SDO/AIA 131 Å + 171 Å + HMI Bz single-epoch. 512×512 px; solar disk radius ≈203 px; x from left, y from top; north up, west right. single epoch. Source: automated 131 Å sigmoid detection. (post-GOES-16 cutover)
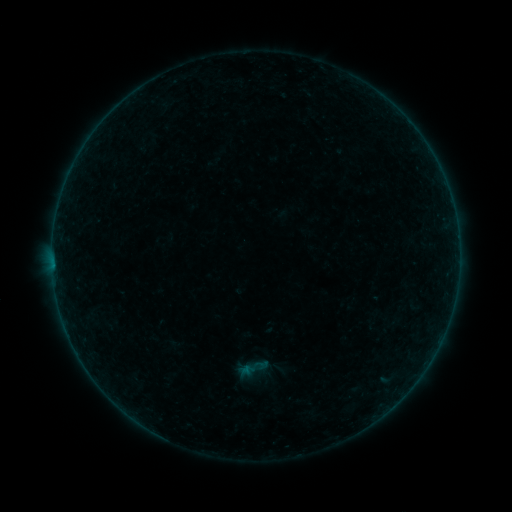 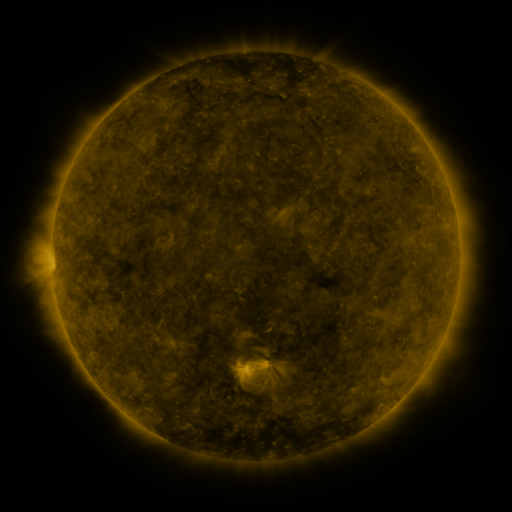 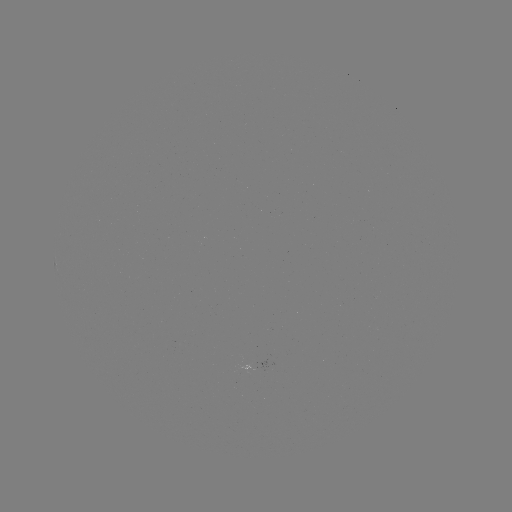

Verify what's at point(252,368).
sigmoid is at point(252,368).